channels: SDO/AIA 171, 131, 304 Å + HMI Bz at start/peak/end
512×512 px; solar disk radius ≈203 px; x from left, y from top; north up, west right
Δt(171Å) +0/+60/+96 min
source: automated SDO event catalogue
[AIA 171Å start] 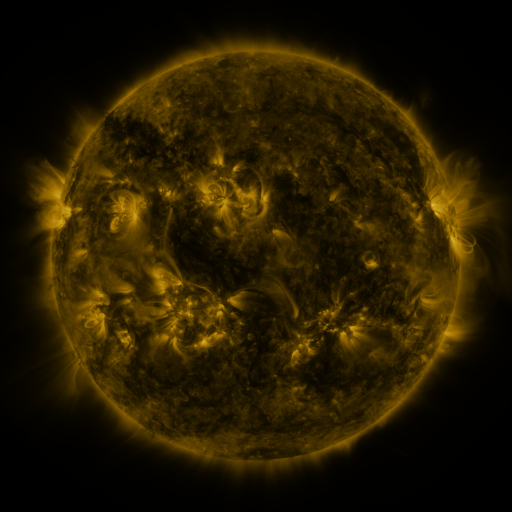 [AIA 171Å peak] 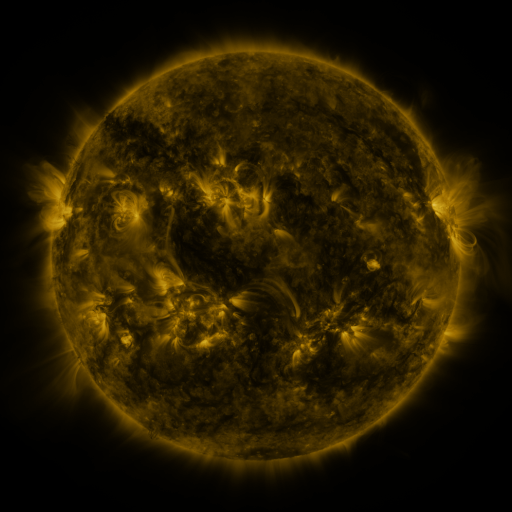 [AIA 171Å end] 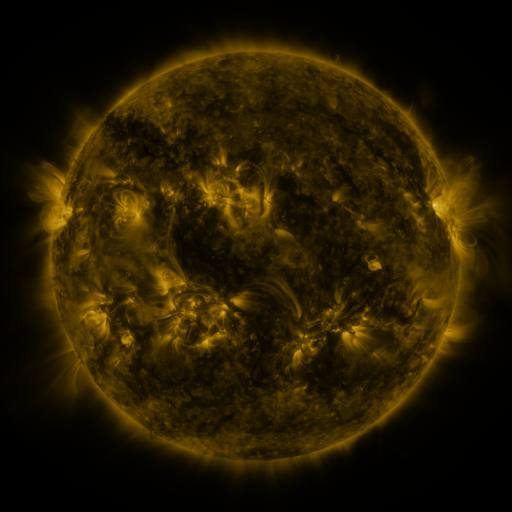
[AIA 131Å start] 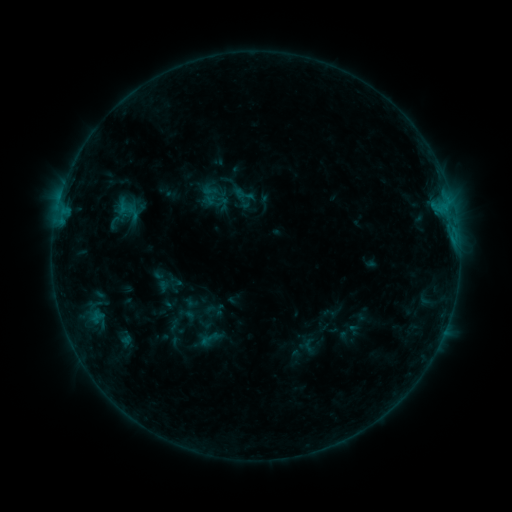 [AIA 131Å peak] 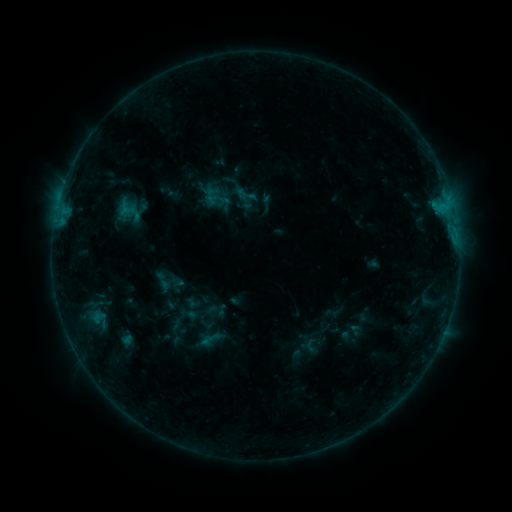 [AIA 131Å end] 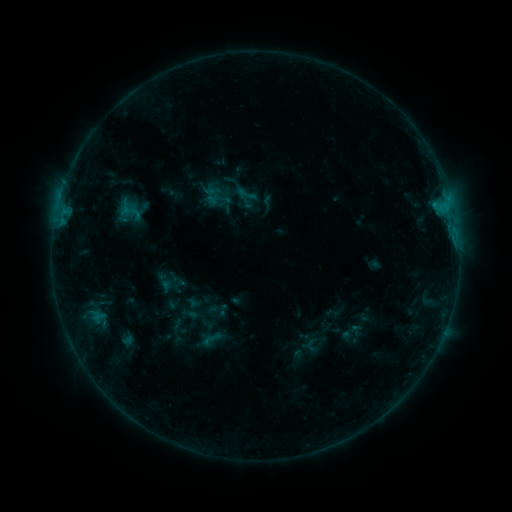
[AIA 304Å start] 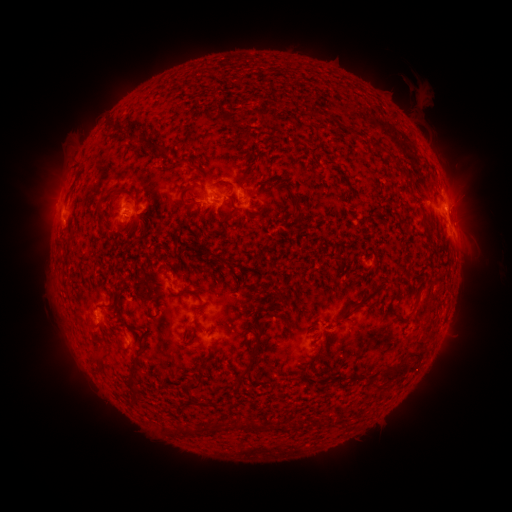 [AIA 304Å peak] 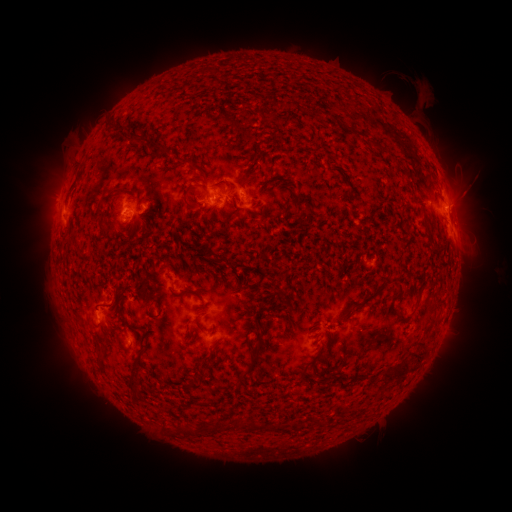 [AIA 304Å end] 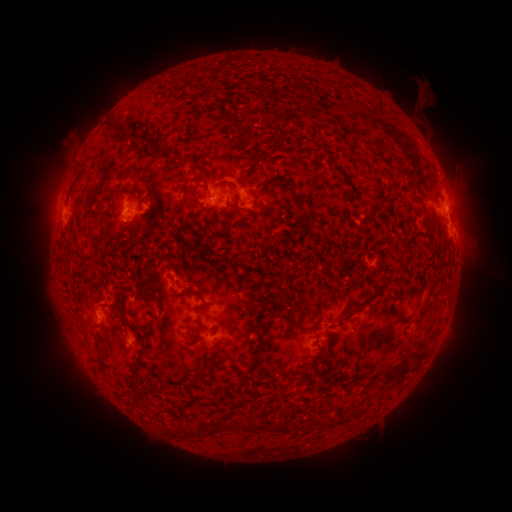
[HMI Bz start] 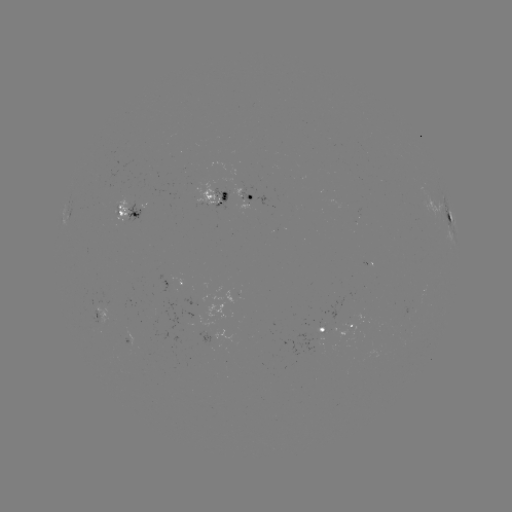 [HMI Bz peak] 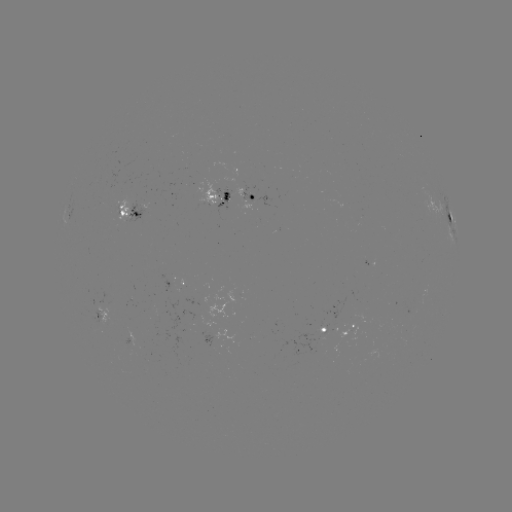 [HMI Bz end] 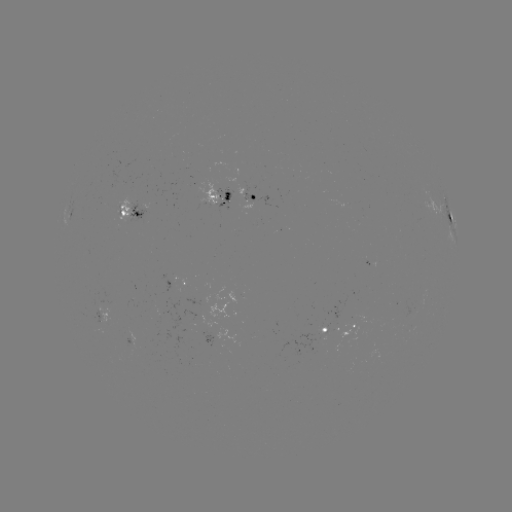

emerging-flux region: [307, 318, 325, 342]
